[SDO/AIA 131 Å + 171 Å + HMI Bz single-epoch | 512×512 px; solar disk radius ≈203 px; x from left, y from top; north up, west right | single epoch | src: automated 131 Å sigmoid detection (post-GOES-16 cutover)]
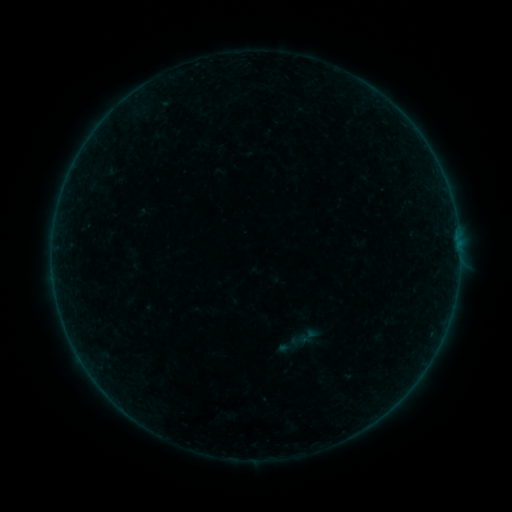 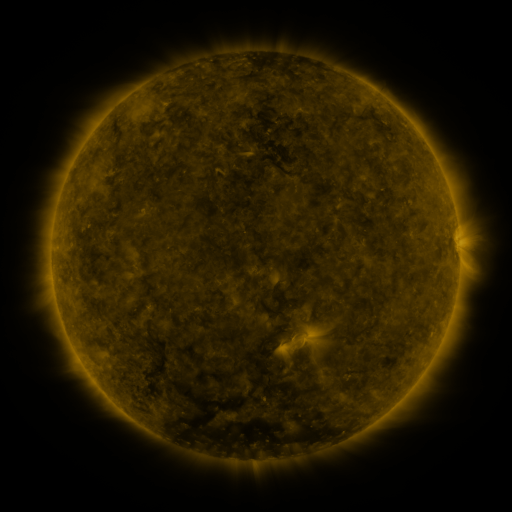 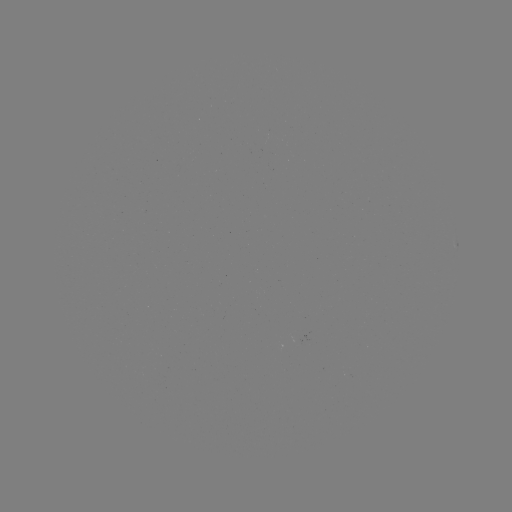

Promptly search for sigmoid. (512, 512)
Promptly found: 298,339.